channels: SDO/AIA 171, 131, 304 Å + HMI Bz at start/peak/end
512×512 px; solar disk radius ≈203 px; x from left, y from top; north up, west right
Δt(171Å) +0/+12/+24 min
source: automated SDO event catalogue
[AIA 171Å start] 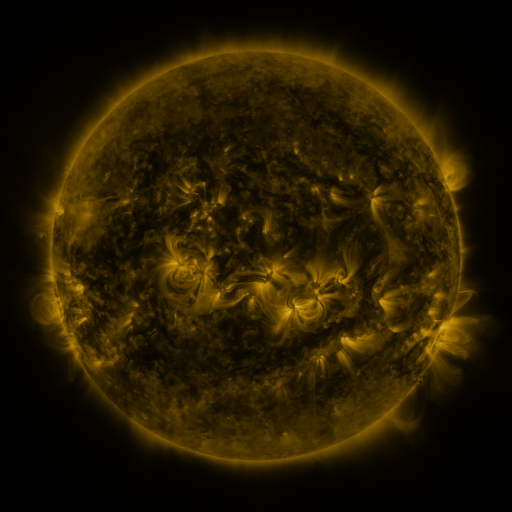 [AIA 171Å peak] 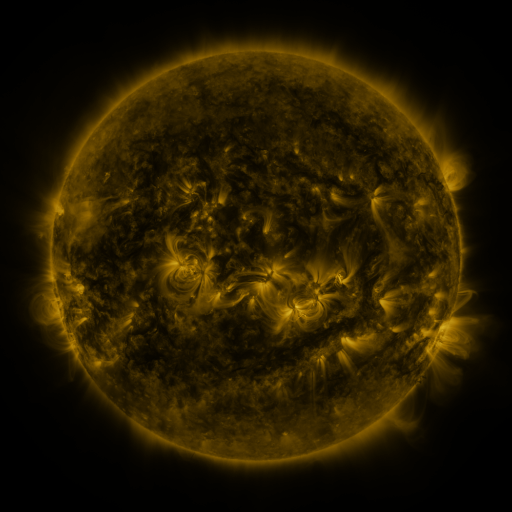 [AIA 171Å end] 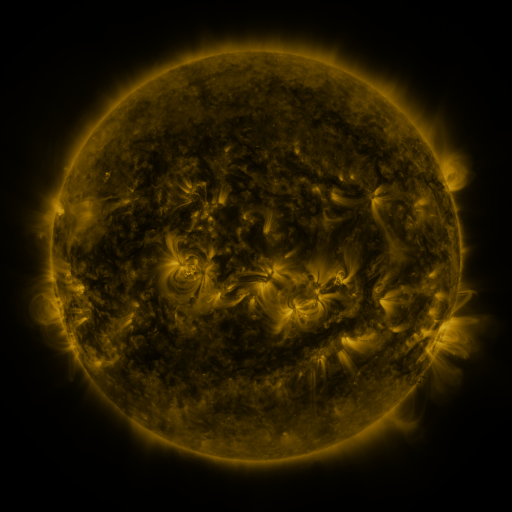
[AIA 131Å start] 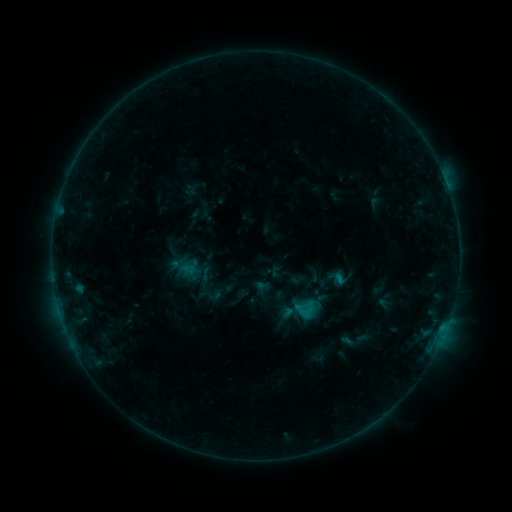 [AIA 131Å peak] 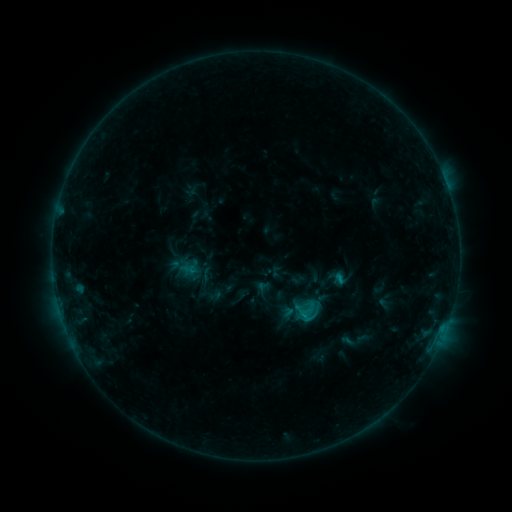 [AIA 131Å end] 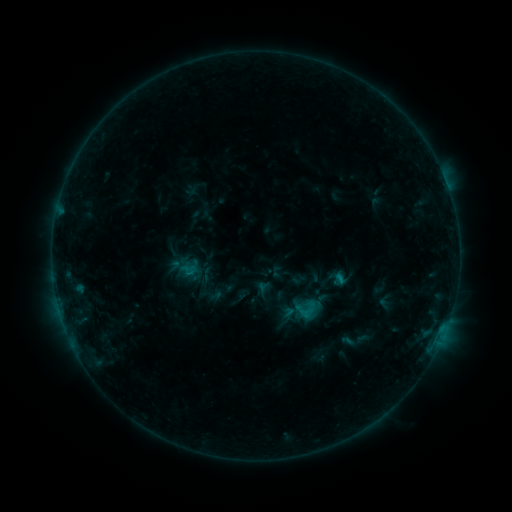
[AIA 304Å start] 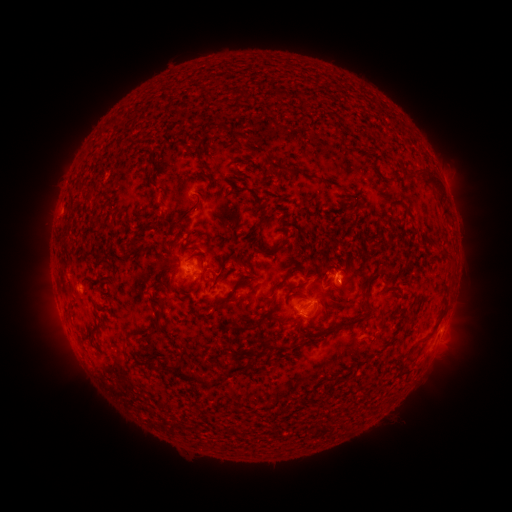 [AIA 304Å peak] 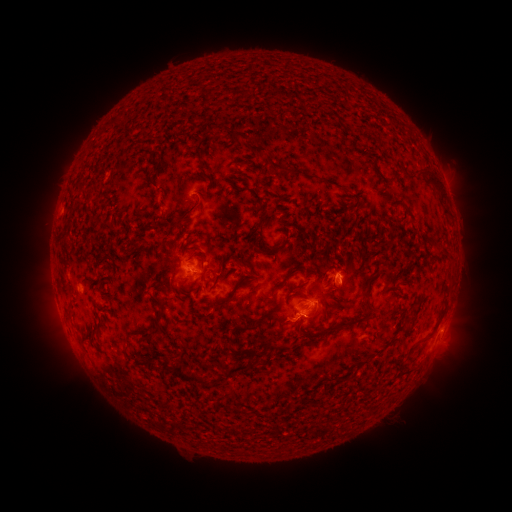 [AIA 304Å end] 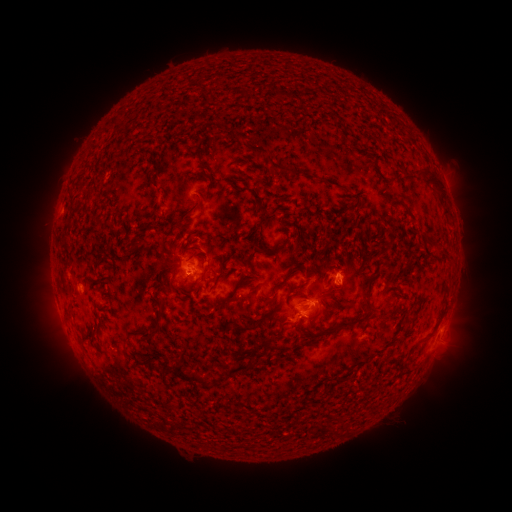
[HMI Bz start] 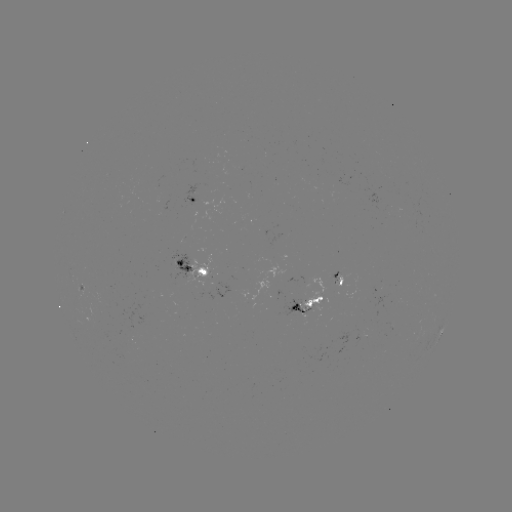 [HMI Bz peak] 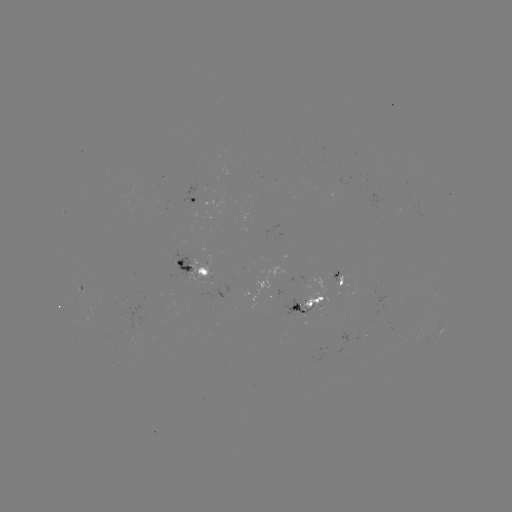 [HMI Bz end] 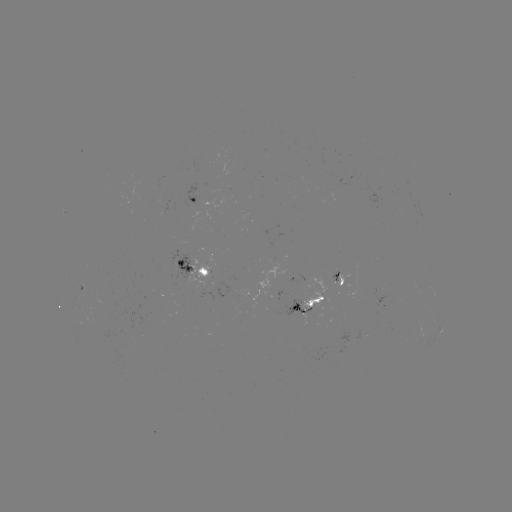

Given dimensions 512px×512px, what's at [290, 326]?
eruption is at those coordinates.